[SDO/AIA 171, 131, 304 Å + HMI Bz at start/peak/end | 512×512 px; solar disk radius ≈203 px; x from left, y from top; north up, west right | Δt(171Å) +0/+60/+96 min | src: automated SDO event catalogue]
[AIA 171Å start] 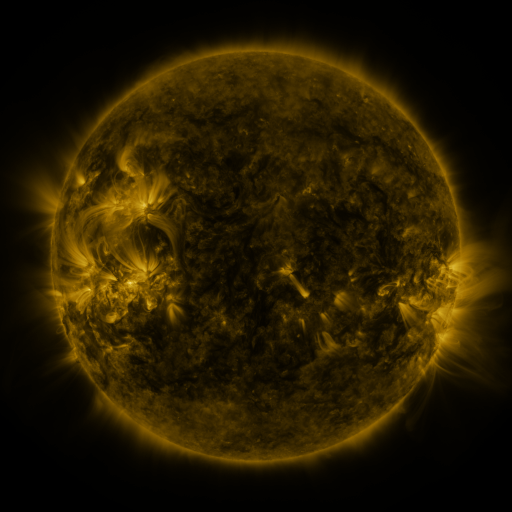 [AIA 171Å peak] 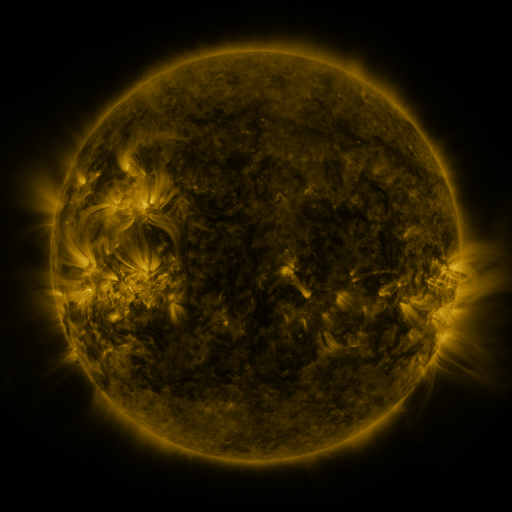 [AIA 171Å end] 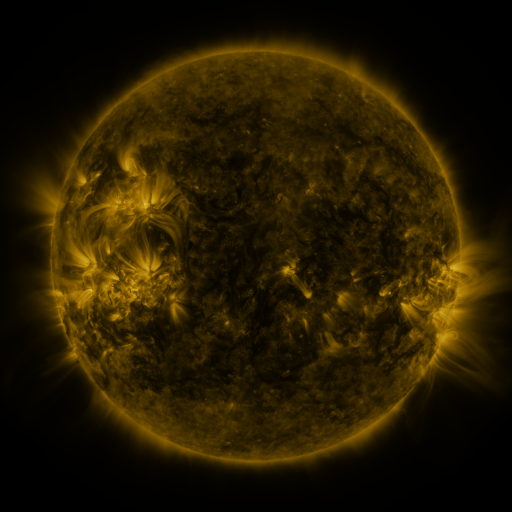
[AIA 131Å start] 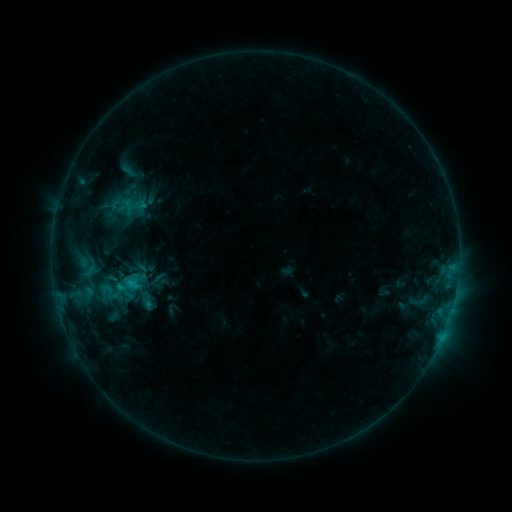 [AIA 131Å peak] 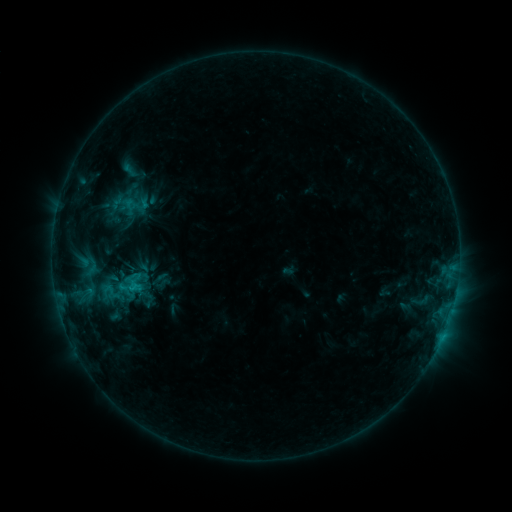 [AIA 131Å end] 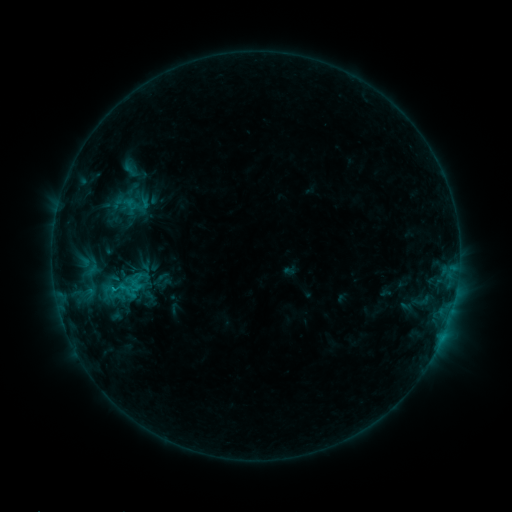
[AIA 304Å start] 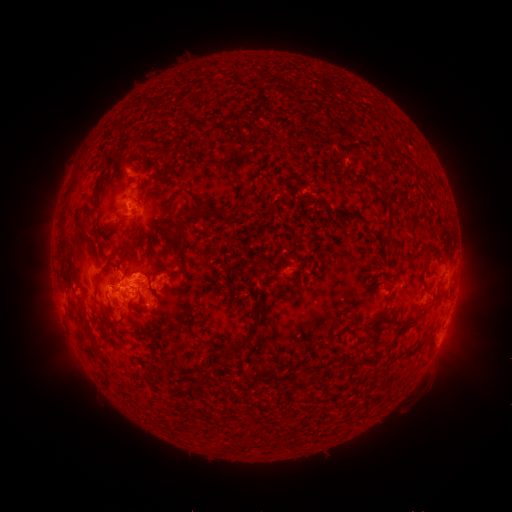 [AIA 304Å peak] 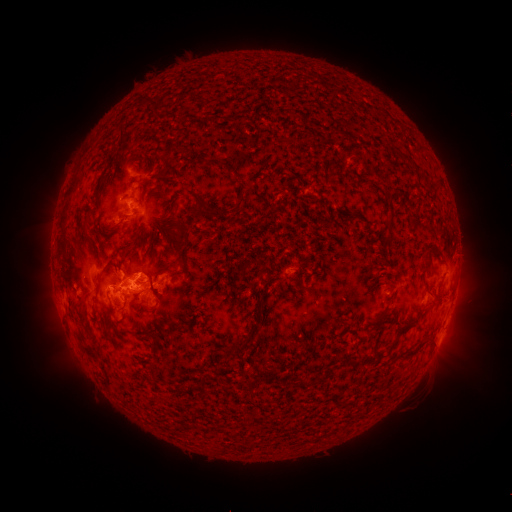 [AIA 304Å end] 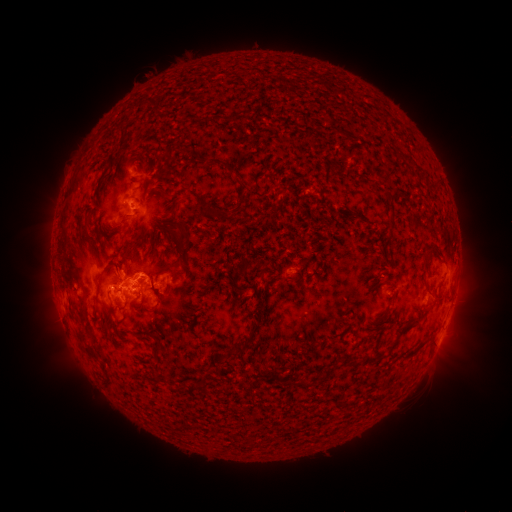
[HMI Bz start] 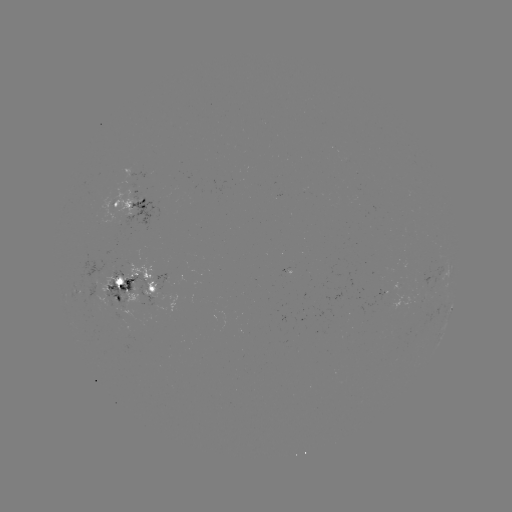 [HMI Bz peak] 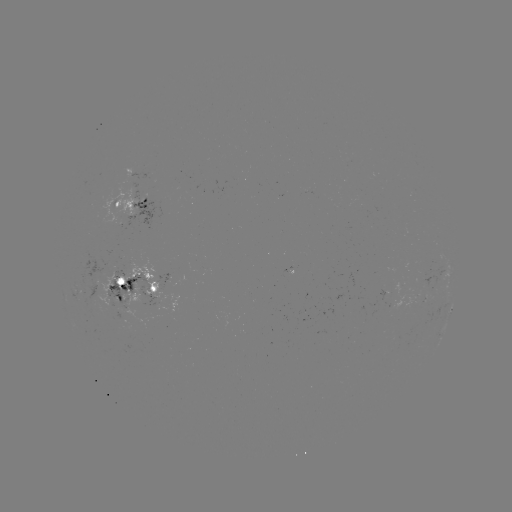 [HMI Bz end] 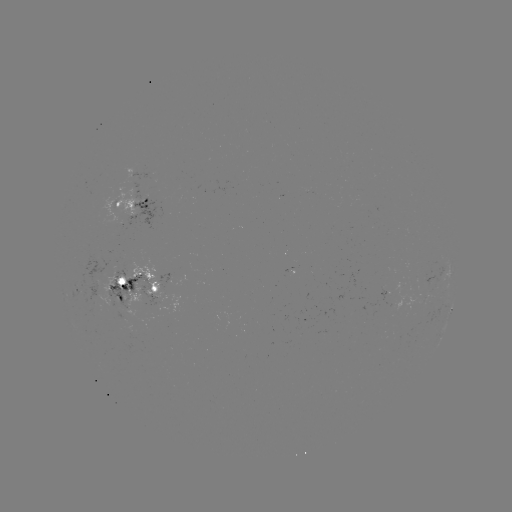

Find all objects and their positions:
emerging-flux region: (419, 300)
